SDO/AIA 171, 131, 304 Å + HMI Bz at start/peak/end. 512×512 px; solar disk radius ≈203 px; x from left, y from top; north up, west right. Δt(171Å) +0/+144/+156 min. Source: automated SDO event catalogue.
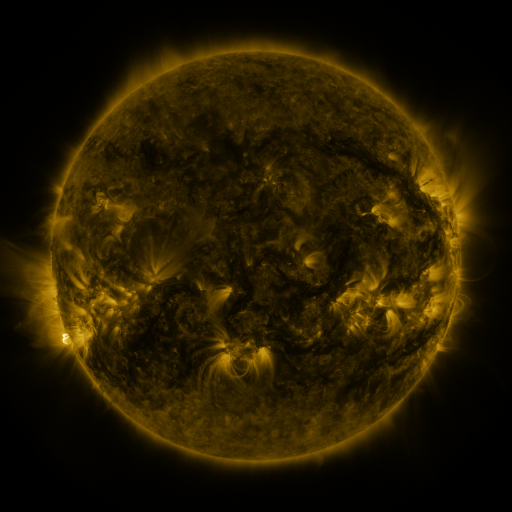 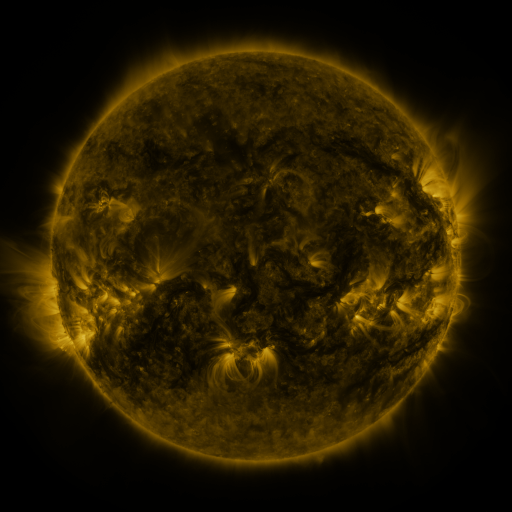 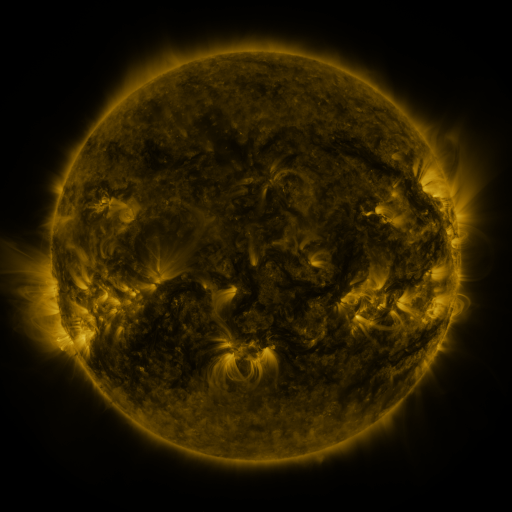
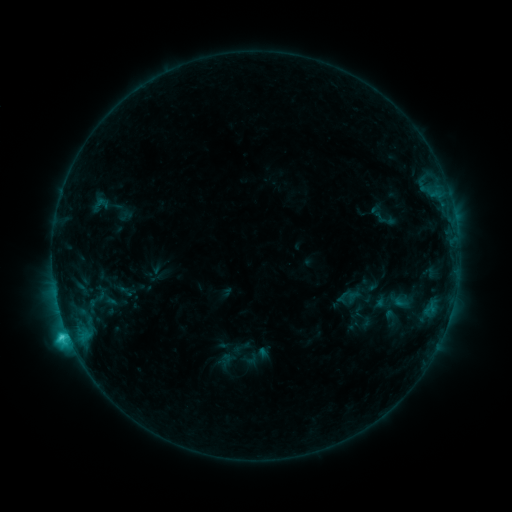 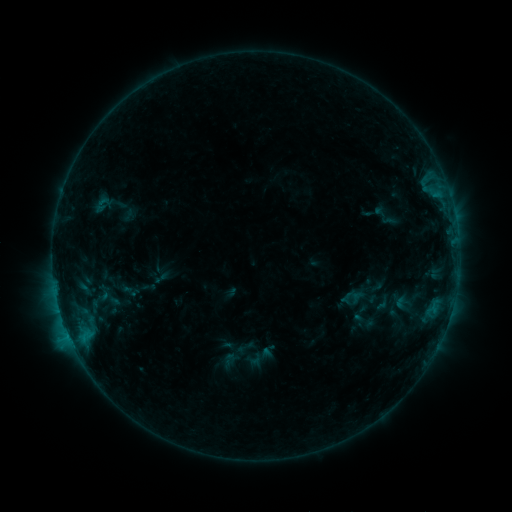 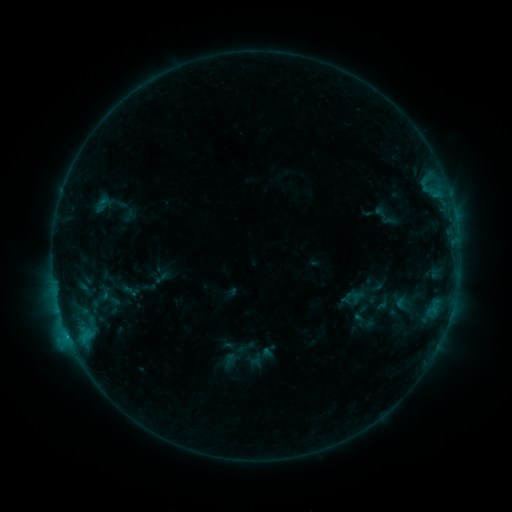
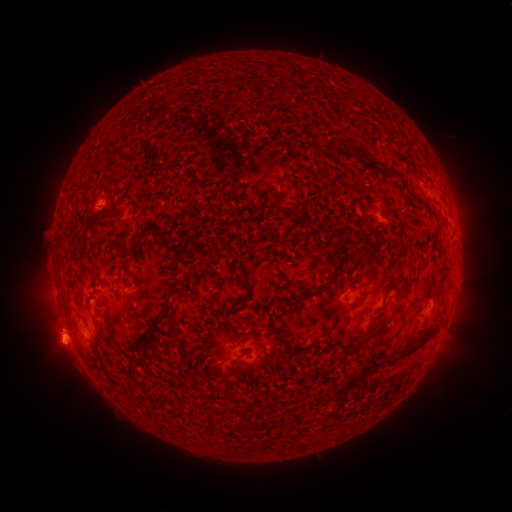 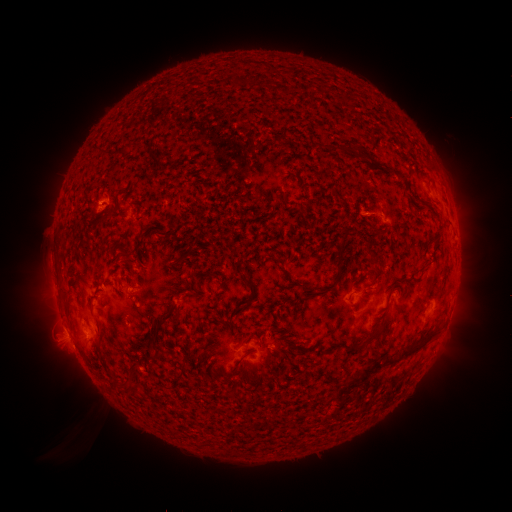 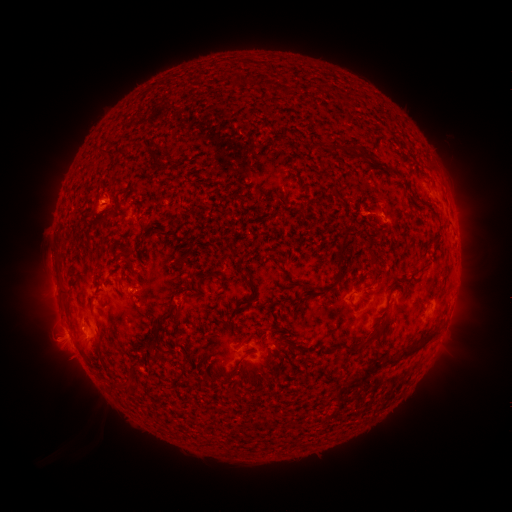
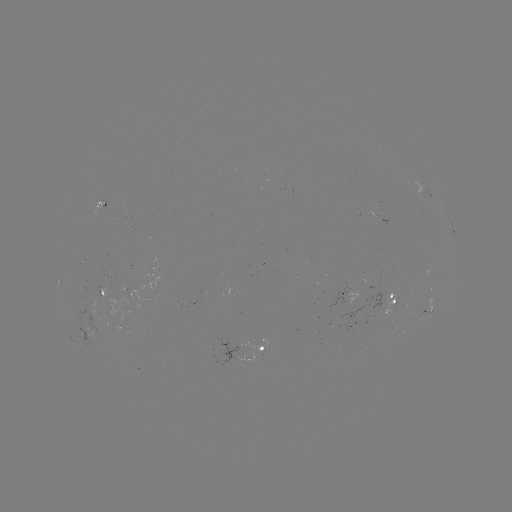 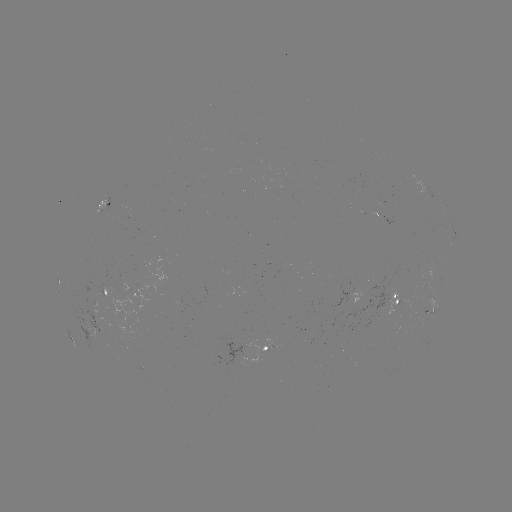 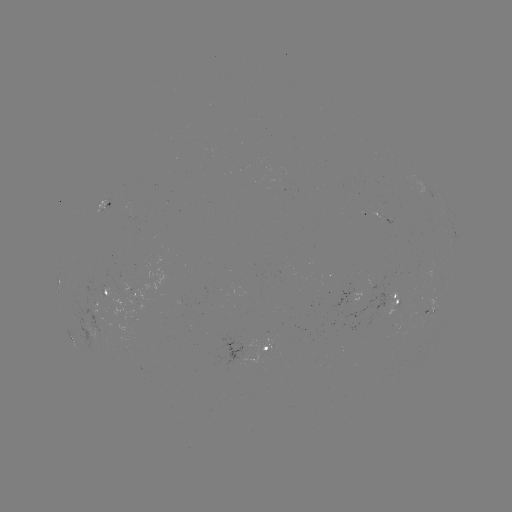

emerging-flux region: [96, 201, 107, 213]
